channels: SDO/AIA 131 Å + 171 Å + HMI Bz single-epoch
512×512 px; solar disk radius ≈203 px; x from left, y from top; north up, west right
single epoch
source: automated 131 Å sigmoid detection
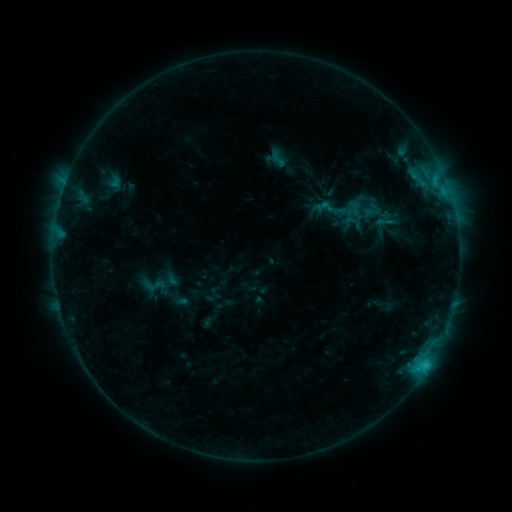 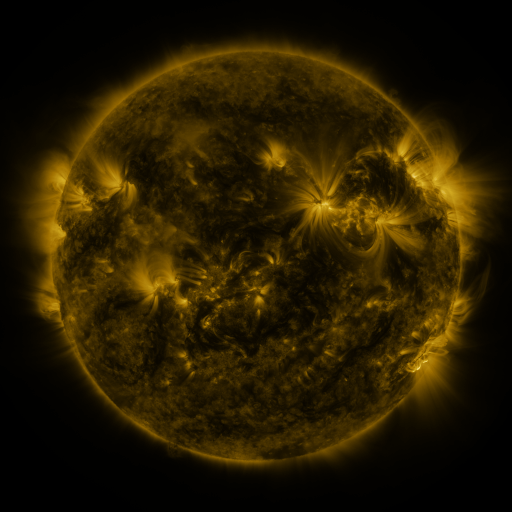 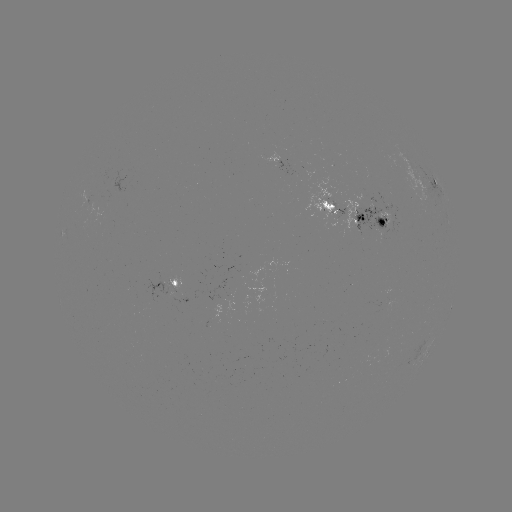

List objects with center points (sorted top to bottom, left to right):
sigmoid: <bbox>267, 149, 290, 169</bbox>
sigmoid: <bbox>373, 211, 395, 233</bbox>
